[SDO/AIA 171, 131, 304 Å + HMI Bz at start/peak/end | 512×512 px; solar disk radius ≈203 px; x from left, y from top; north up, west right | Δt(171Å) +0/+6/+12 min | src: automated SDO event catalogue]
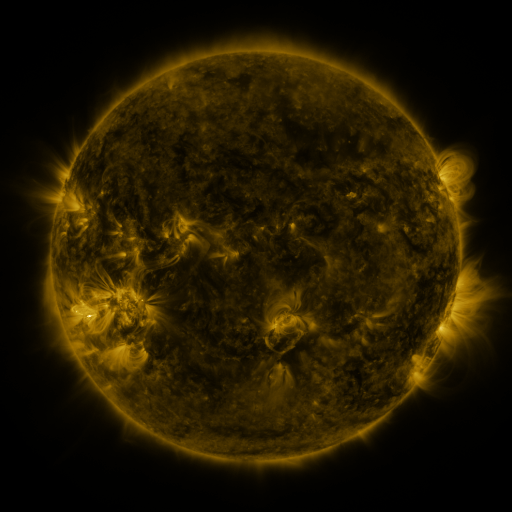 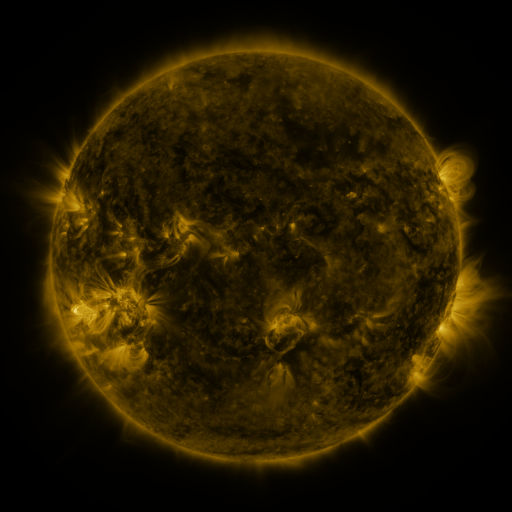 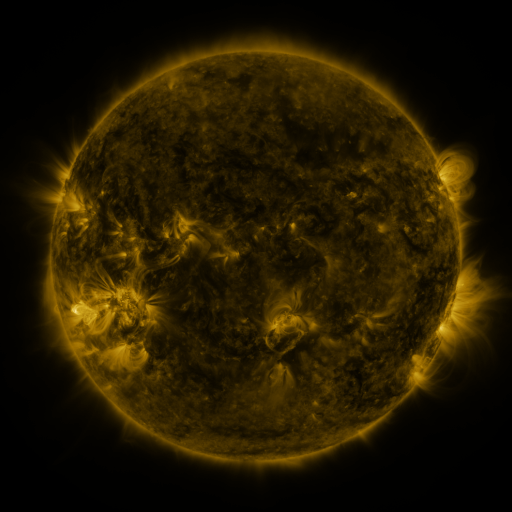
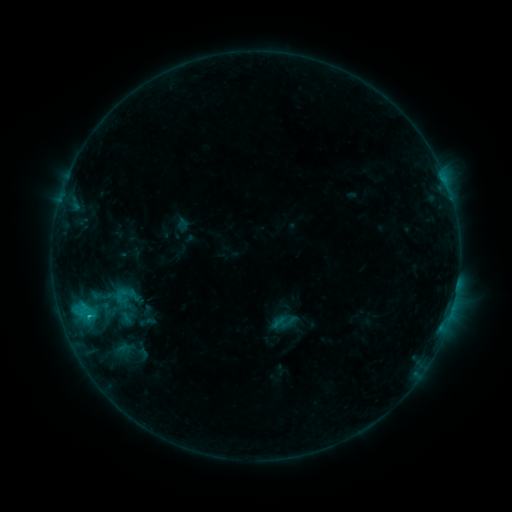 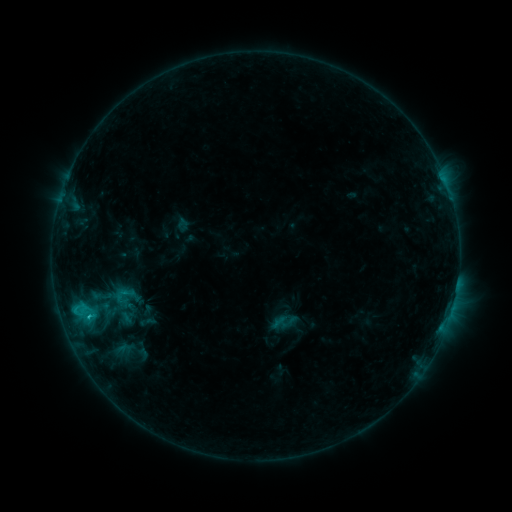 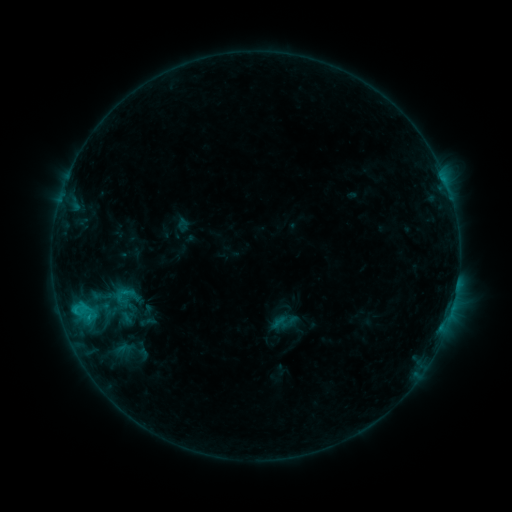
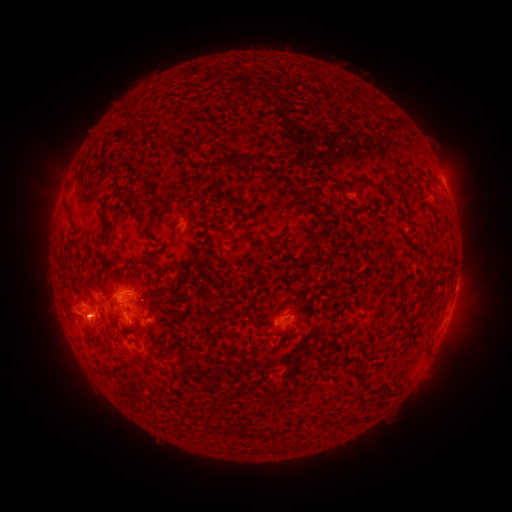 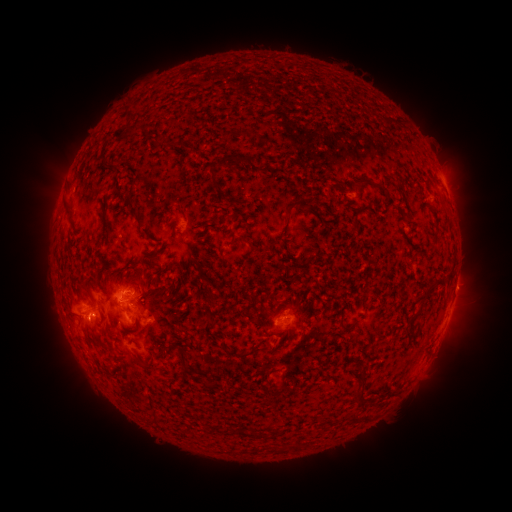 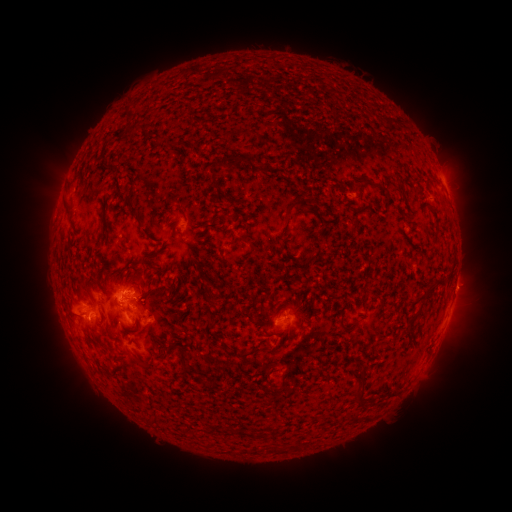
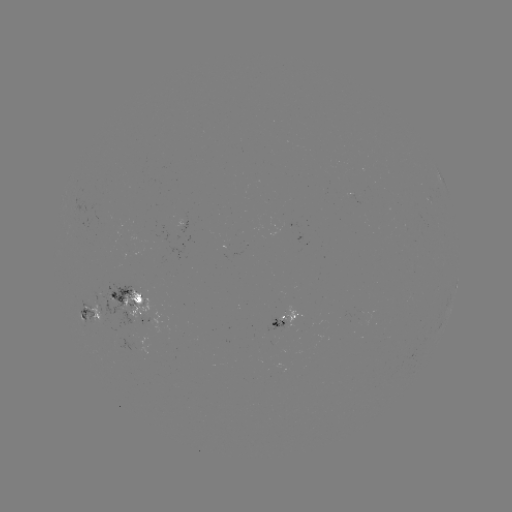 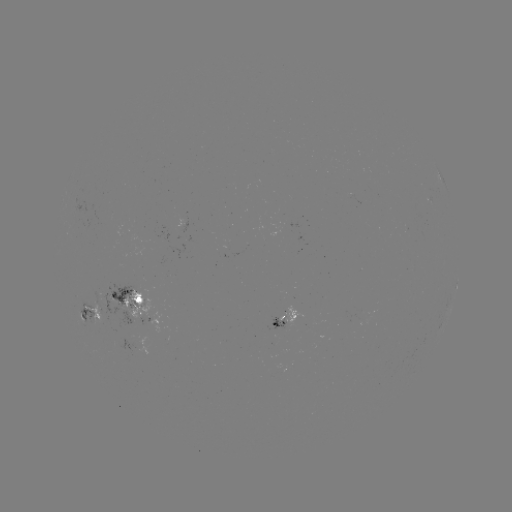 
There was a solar flare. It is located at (92, 314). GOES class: C1.1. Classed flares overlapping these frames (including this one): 1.